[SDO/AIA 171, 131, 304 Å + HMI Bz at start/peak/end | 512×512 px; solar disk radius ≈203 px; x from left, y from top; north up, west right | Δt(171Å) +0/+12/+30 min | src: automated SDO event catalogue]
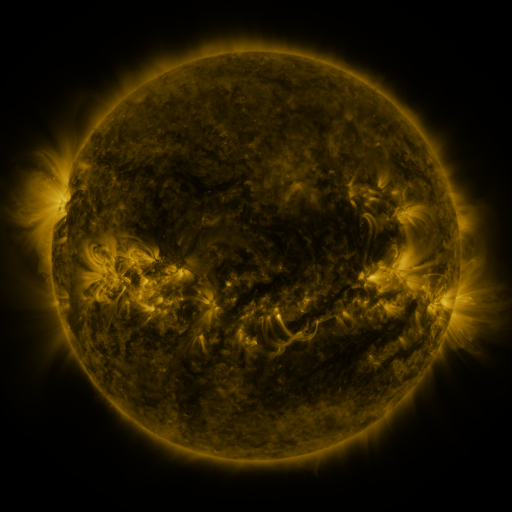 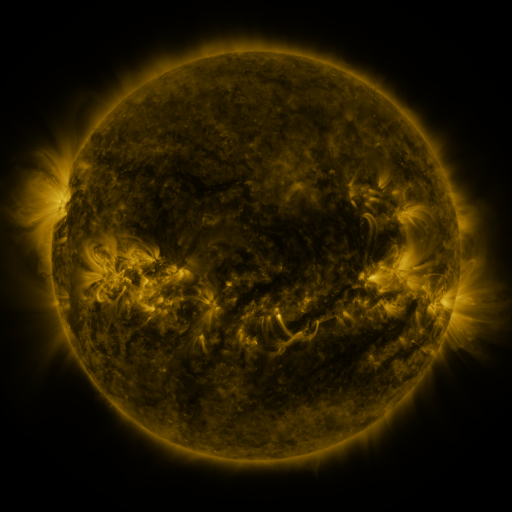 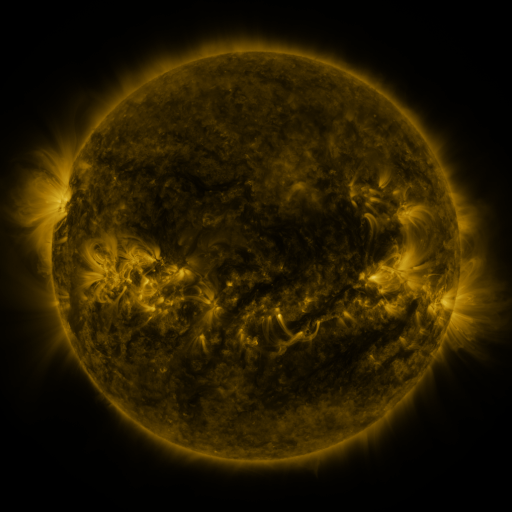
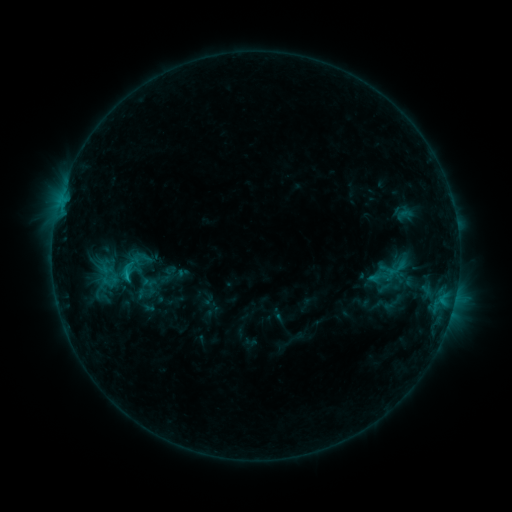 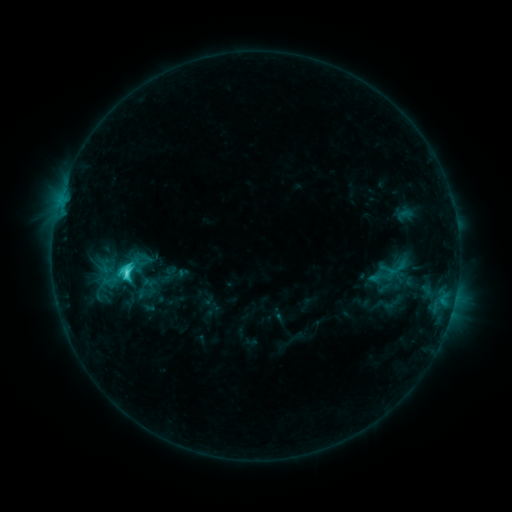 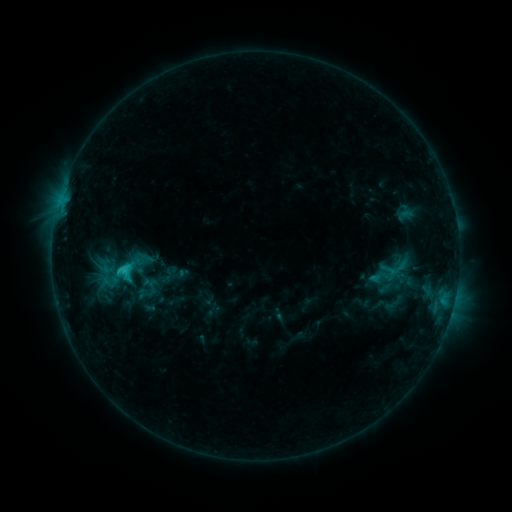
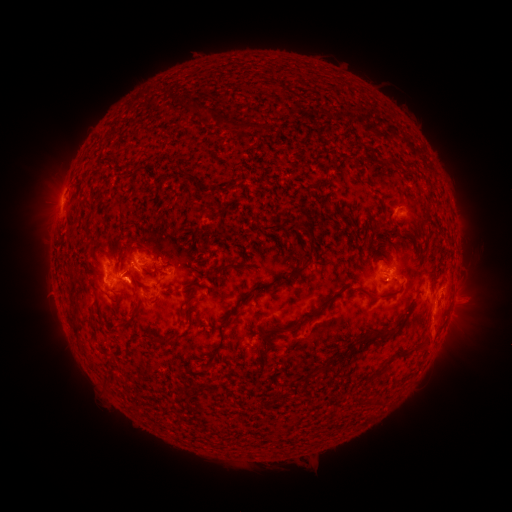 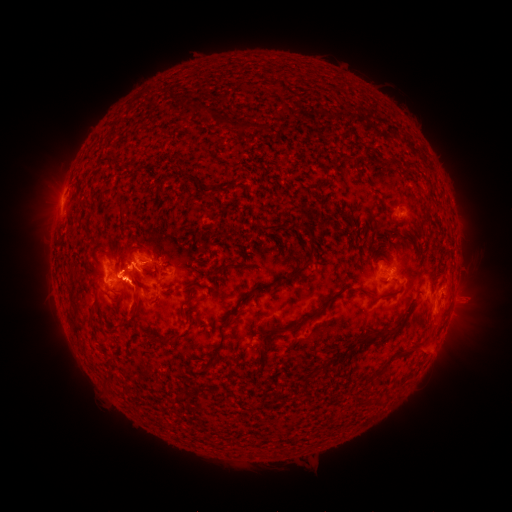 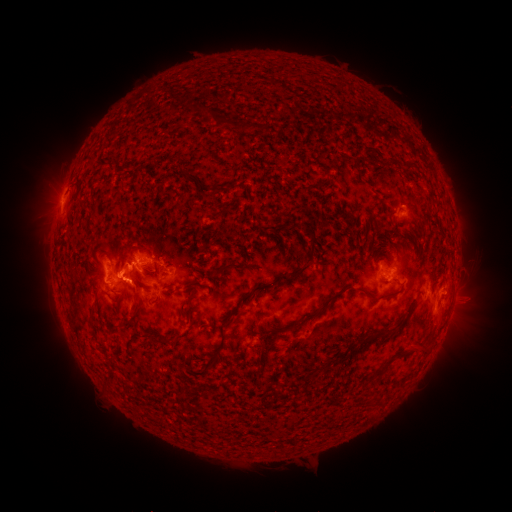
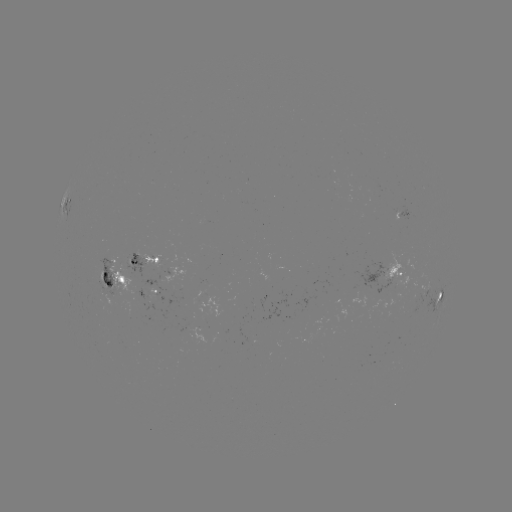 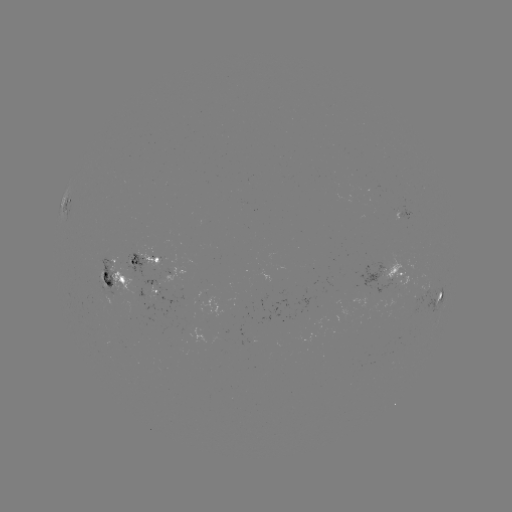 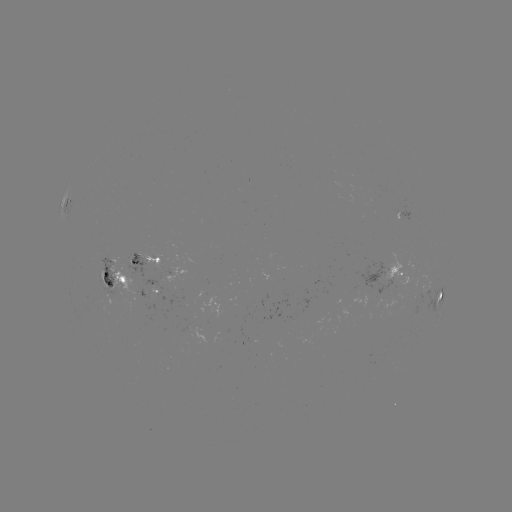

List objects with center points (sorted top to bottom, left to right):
C4.6 flare: (129, 272)
